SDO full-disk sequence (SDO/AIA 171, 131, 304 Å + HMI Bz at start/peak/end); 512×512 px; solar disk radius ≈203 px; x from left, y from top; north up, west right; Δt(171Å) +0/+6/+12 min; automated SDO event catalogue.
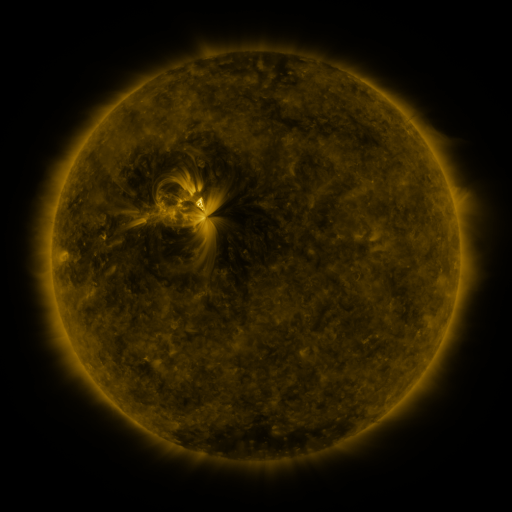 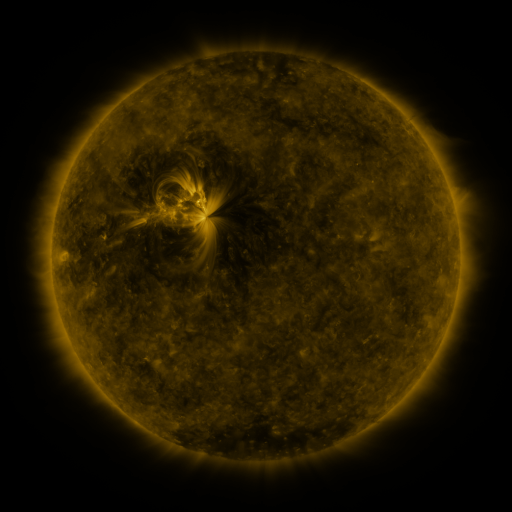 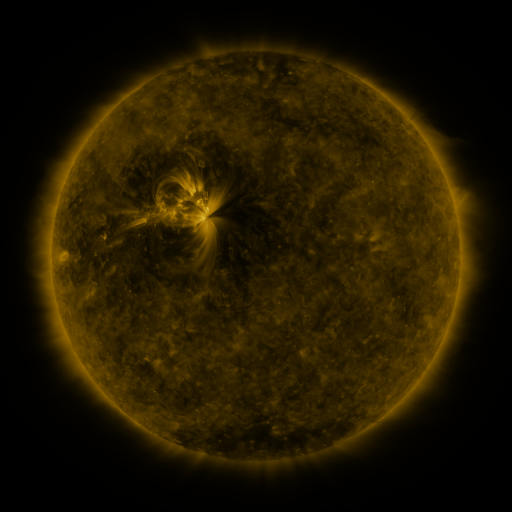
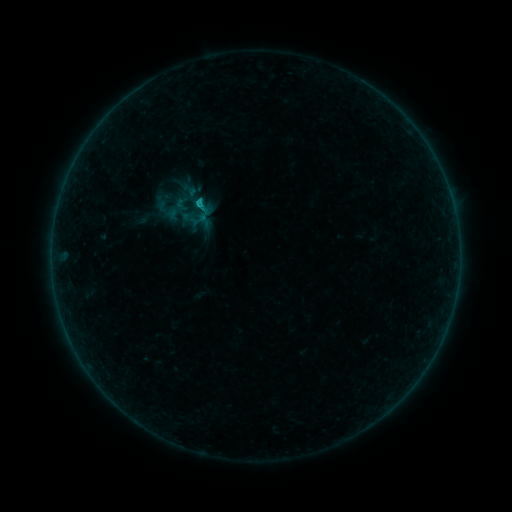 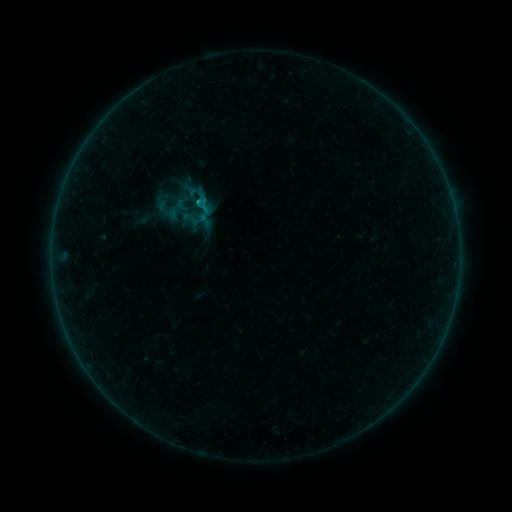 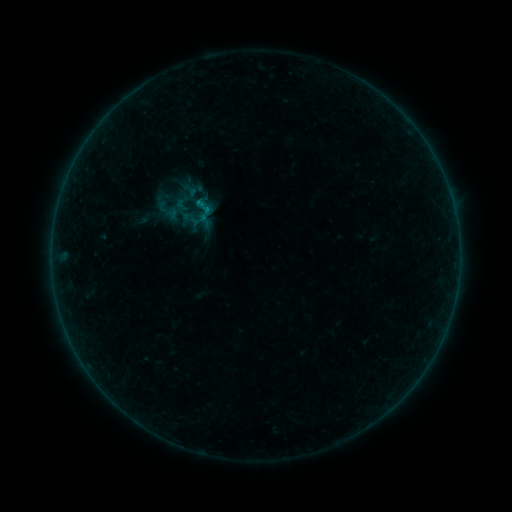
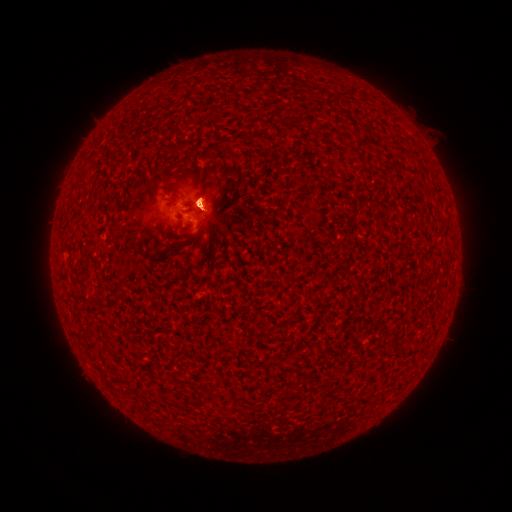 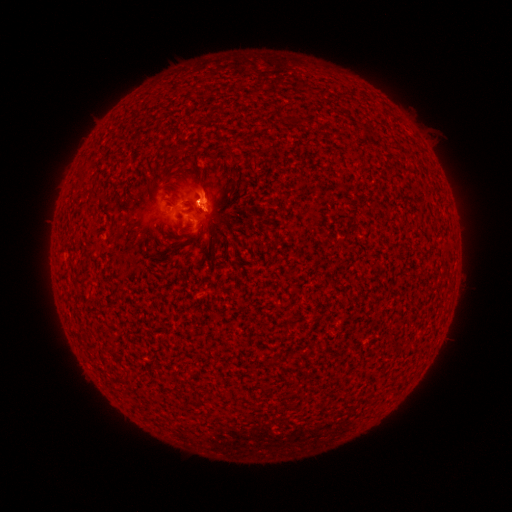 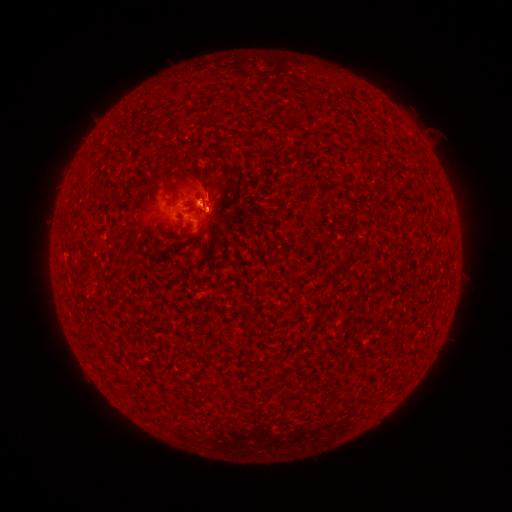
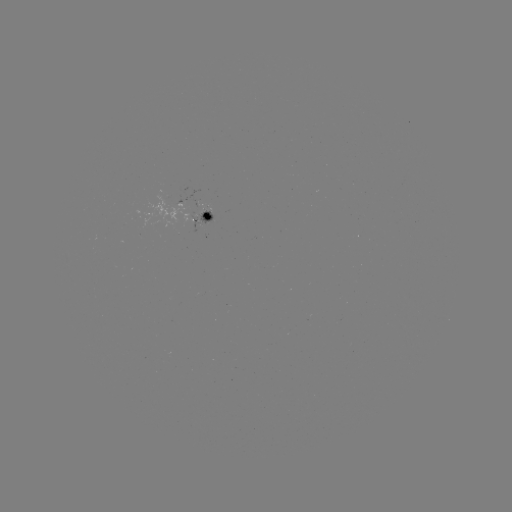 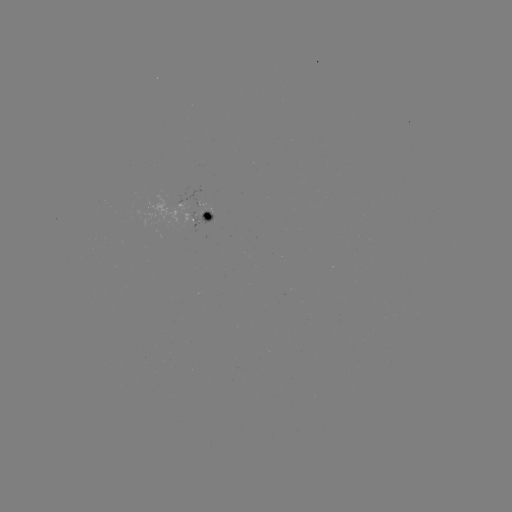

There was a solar eruption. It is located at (204, 183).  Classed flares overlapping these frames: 1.